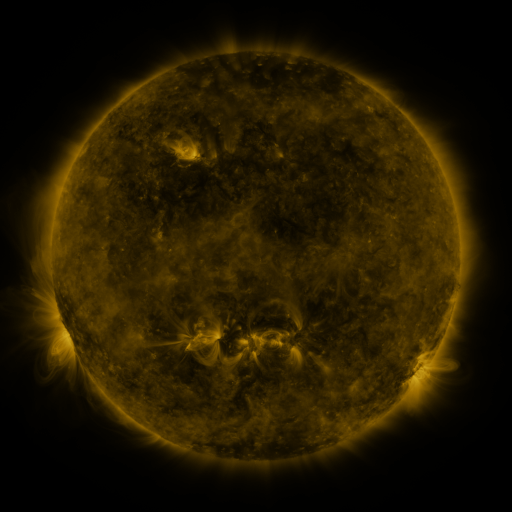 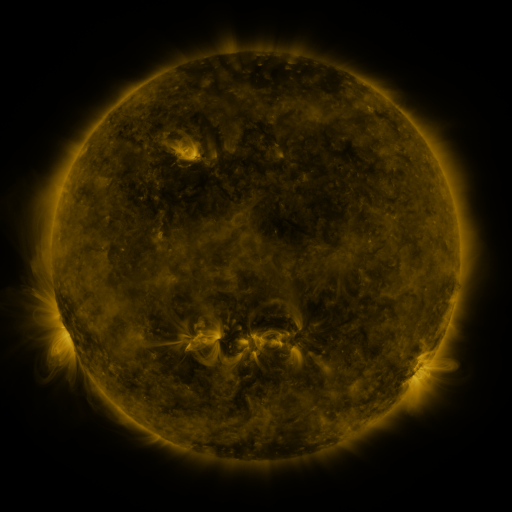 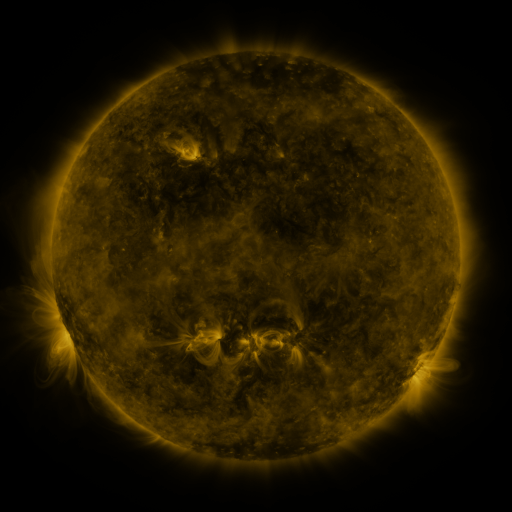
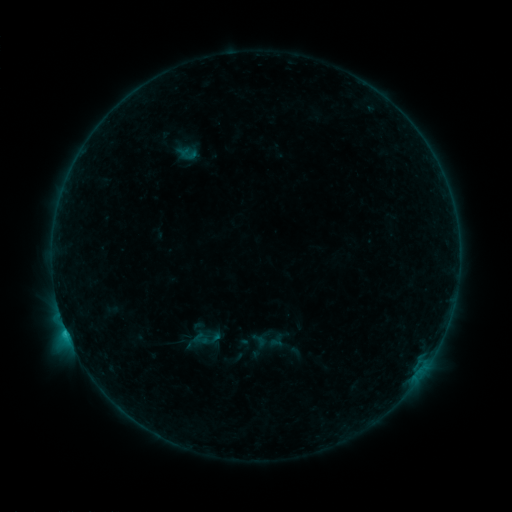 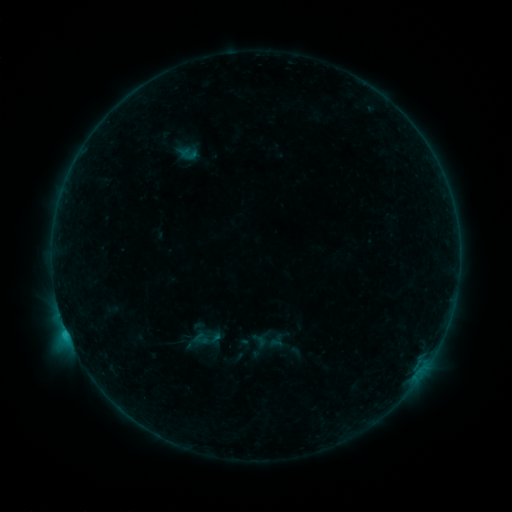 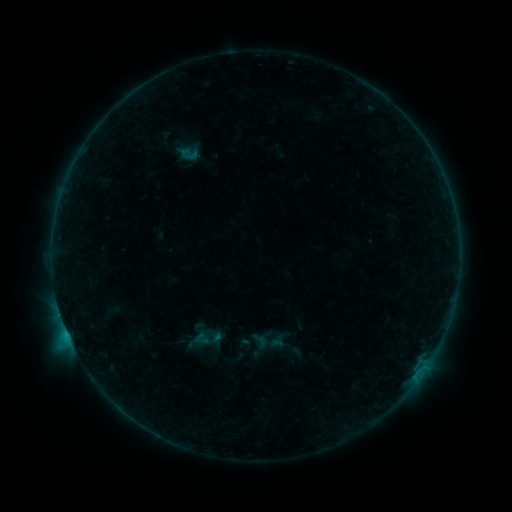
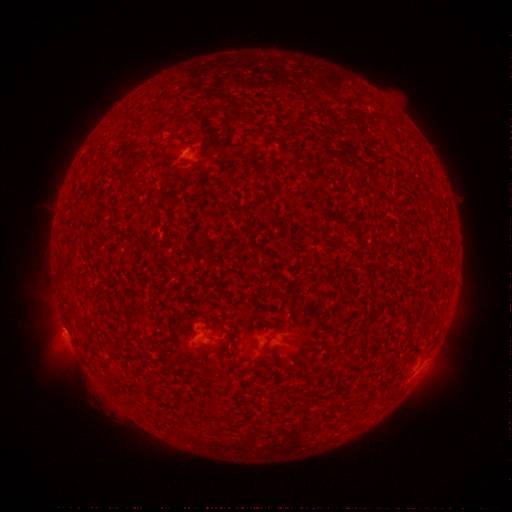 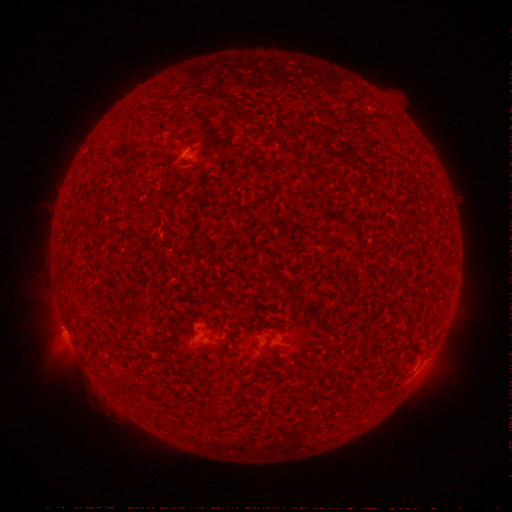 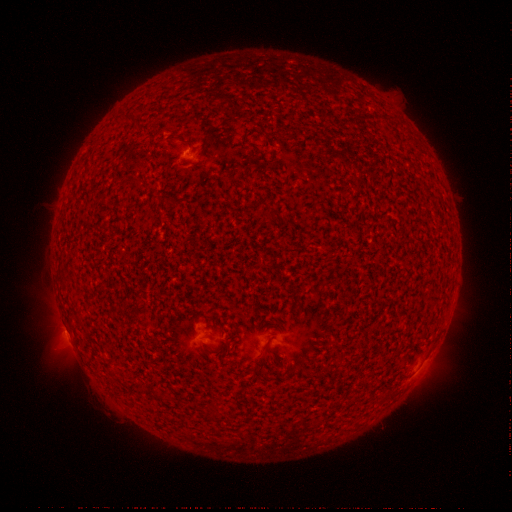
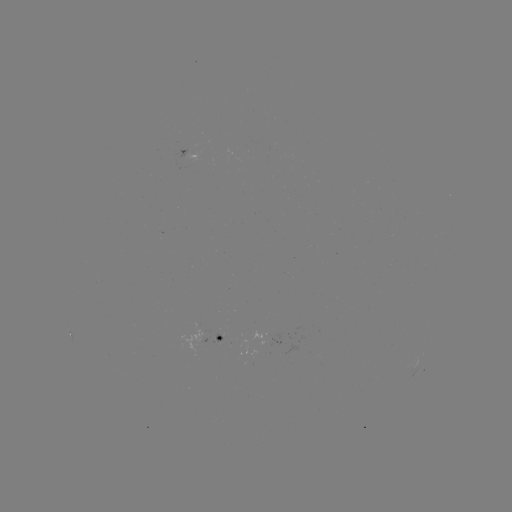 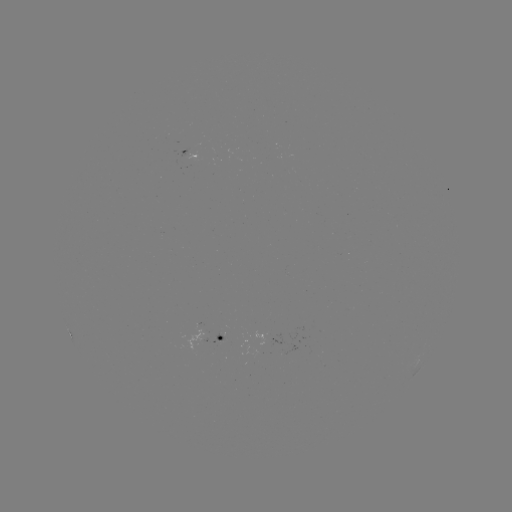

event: flare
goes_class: C1.3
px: (66, 328)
